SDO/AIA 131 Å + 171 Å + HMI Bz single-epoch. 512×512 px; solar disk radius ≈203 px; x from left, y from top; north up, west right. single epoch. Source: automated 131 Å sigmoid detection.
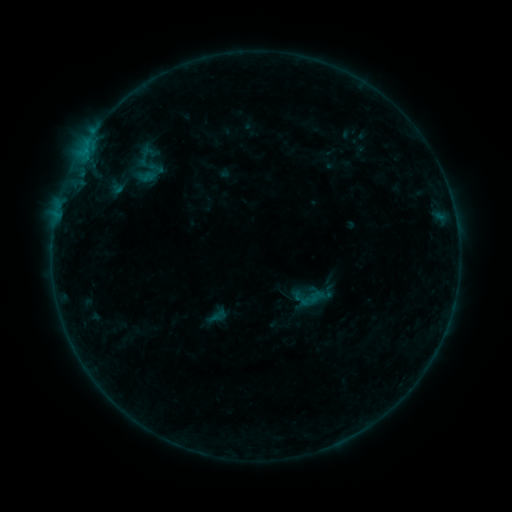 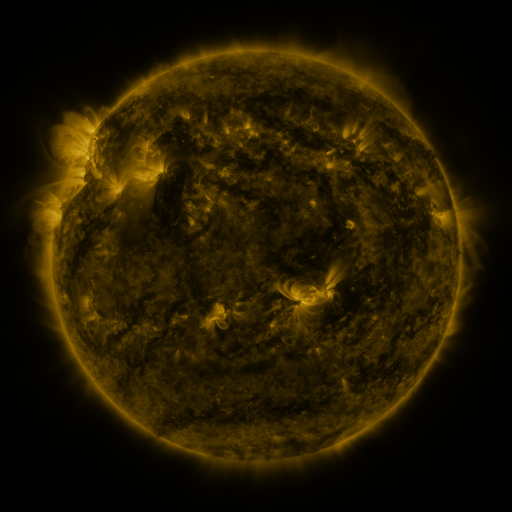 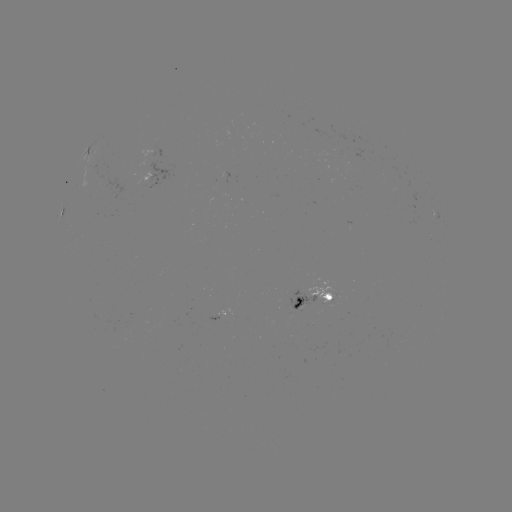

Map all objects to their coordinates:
sigmoid: <bbox>125, 143, 171, 188</bbox>
sigmoid: <bbox>206, 306, 229, 326</bbox>
